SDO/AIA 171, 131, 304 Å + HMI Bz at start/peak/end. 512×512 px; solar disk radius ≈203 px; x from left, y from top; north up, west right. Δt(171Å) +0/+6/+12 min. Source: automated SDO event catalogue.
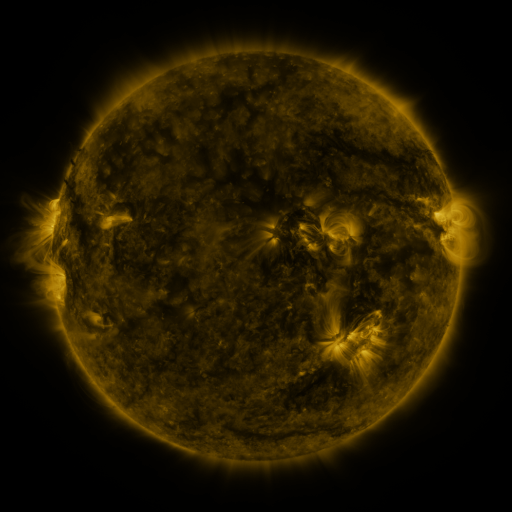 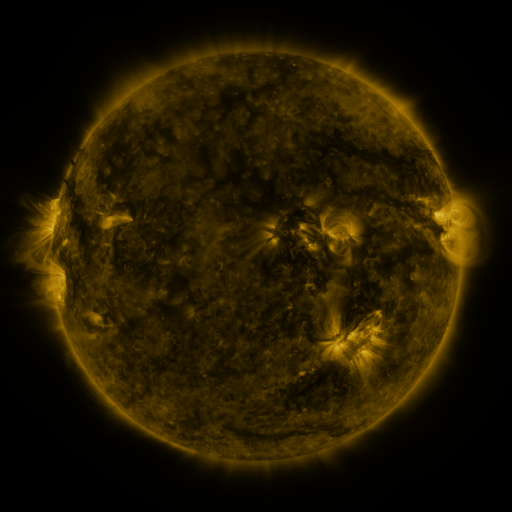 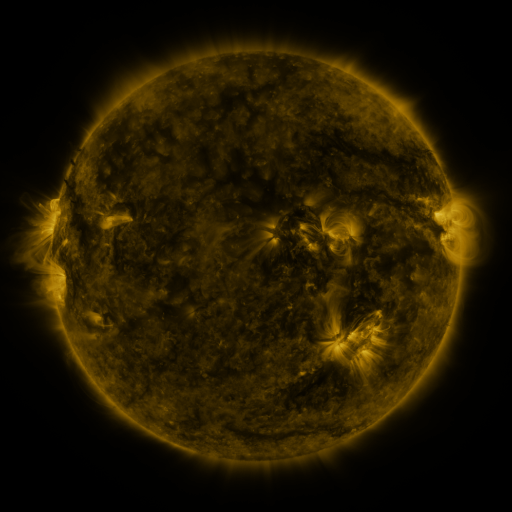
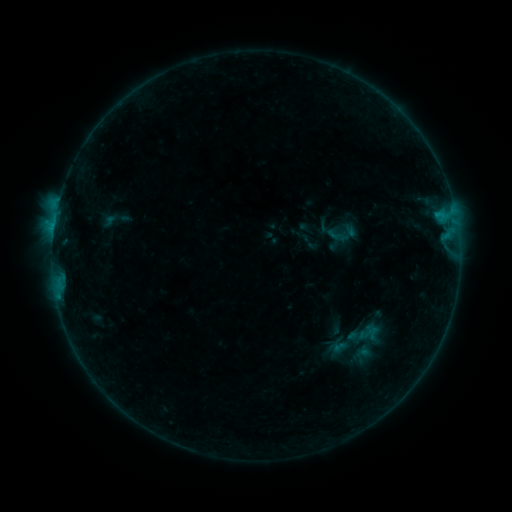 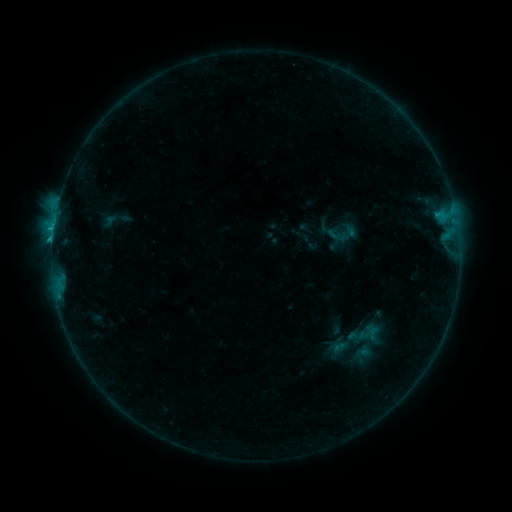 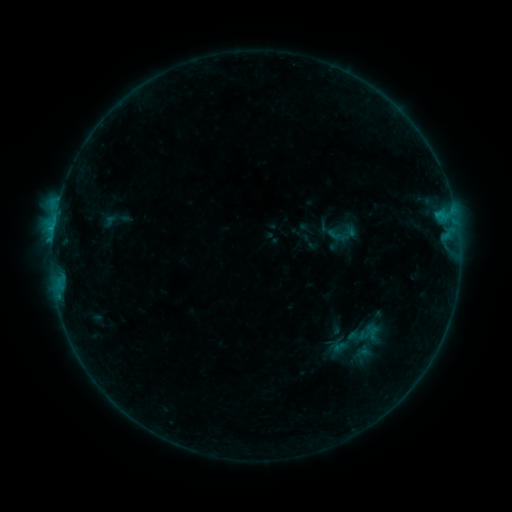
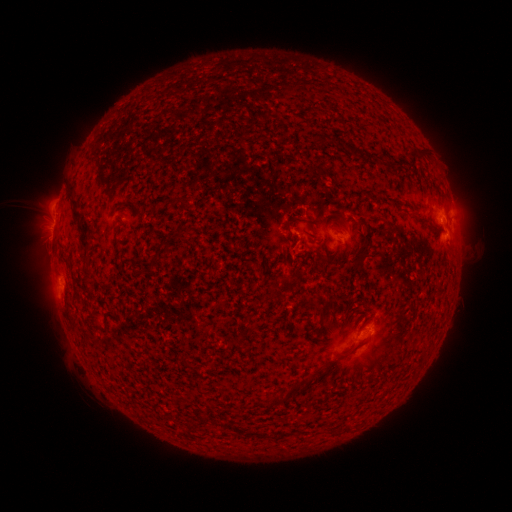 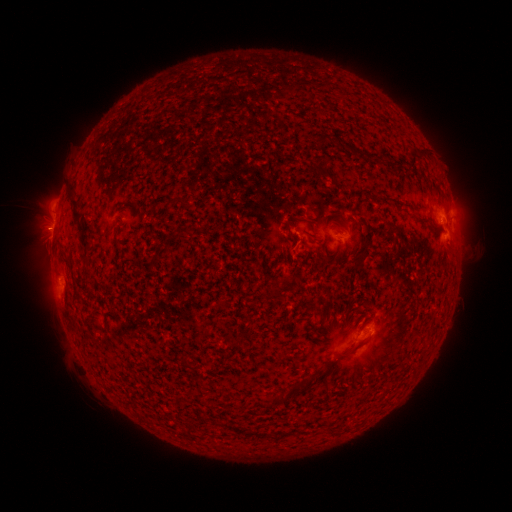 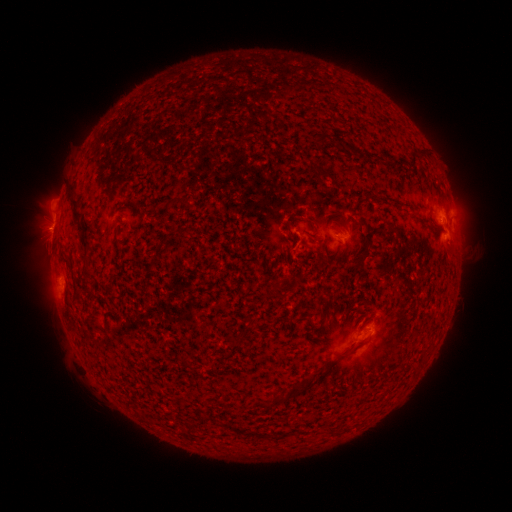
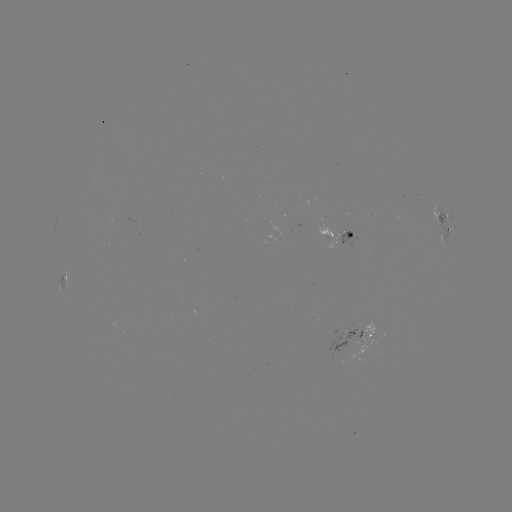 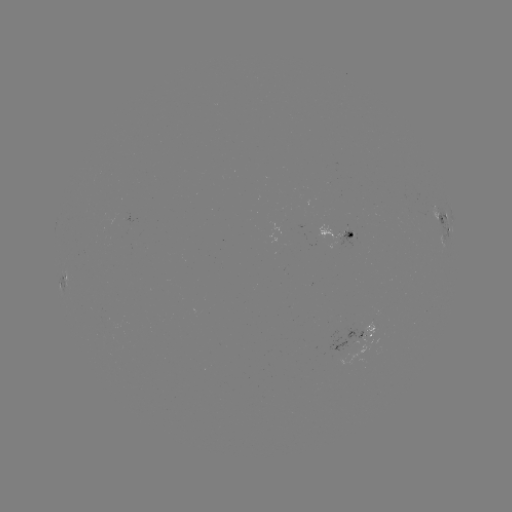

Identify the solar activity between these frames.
C1.0 flare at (53, 235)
